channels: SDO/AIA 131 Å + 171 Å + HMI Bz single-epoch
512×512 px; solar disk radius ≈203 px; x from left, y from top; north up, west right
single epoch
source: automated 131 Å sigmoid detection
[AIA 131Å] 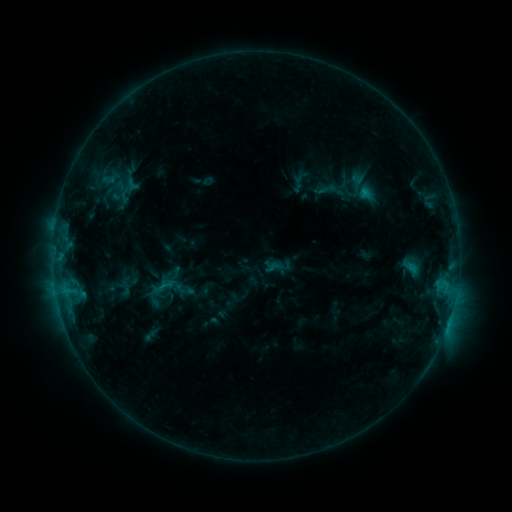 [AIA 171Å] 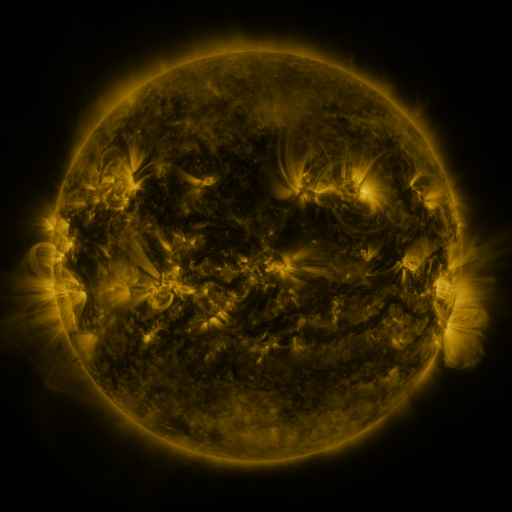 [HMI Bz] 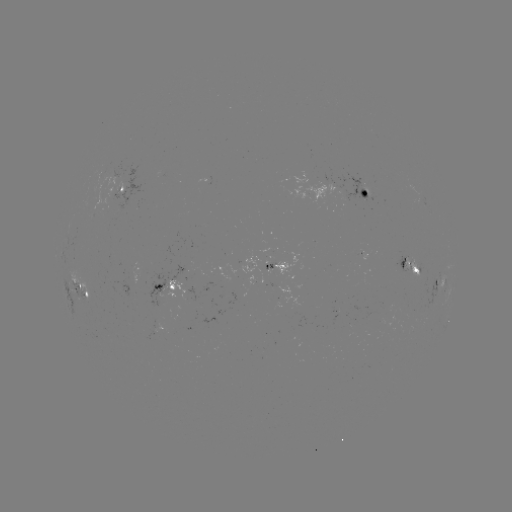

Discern sigmoid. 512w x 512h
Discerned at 328,189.